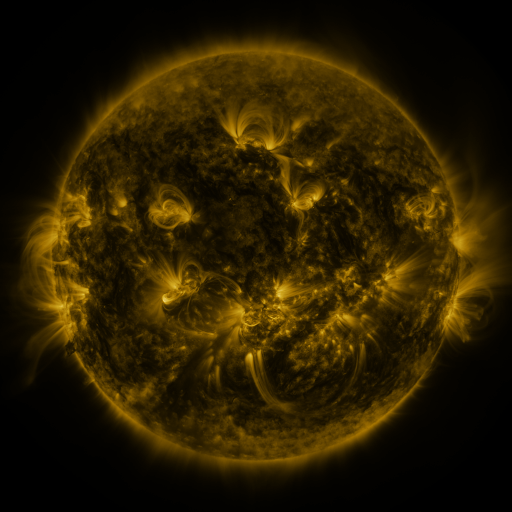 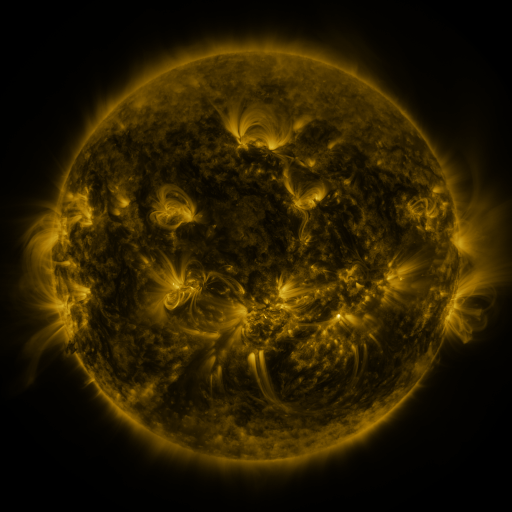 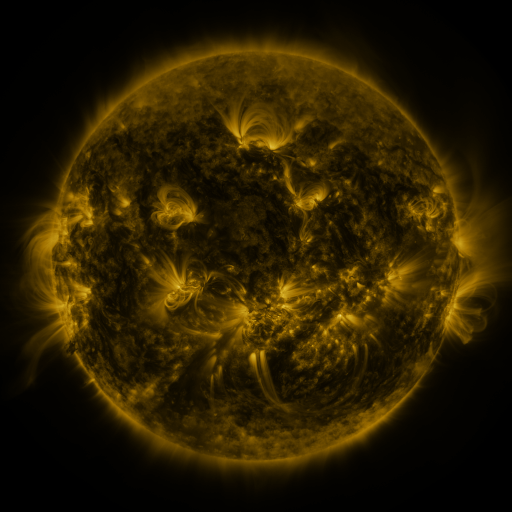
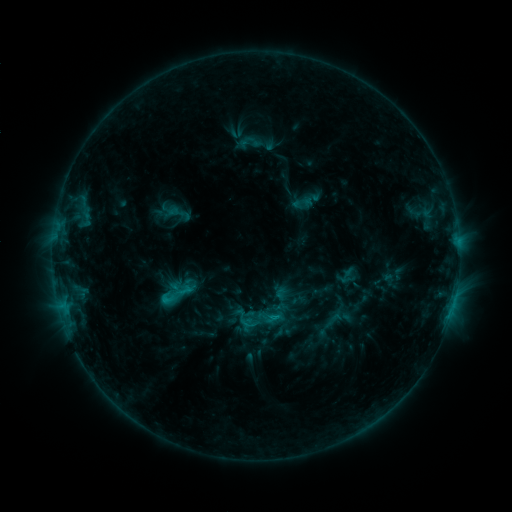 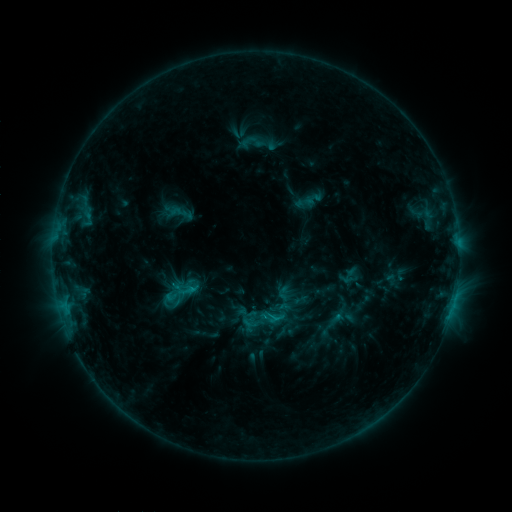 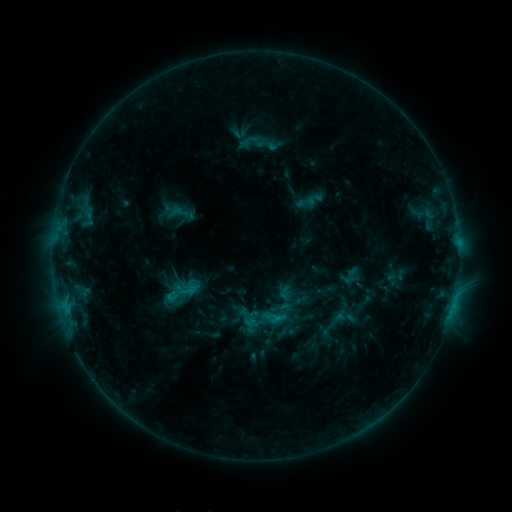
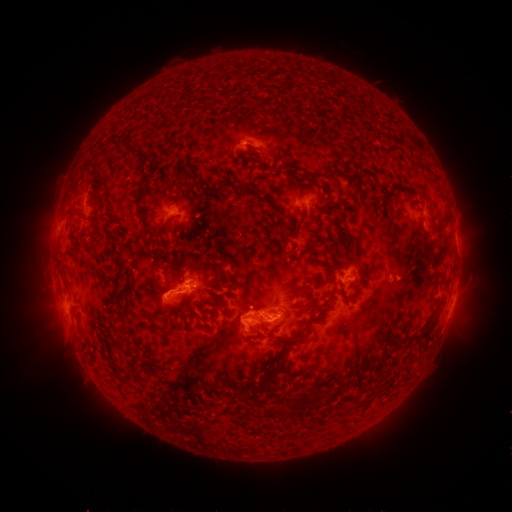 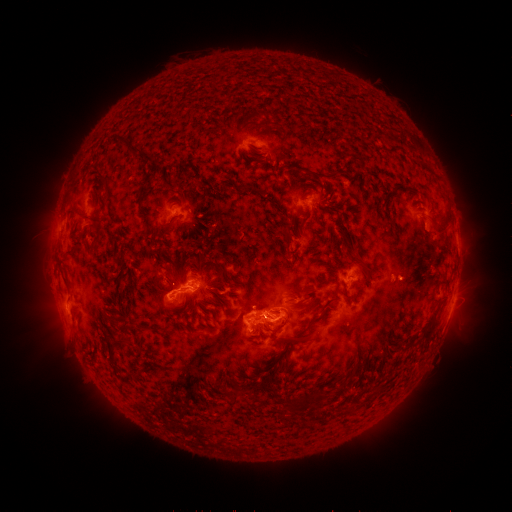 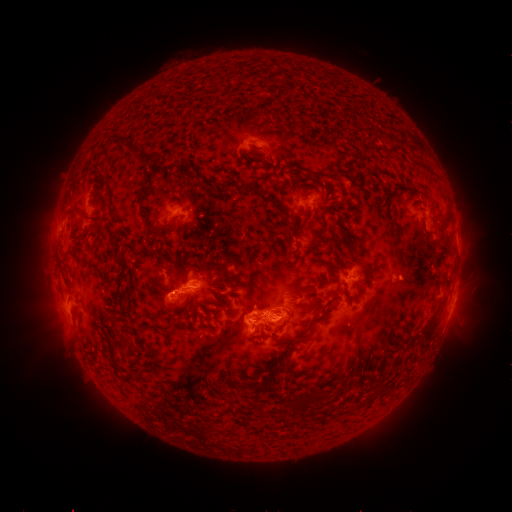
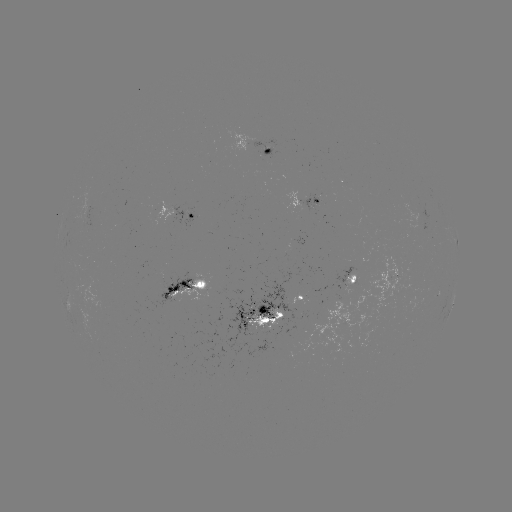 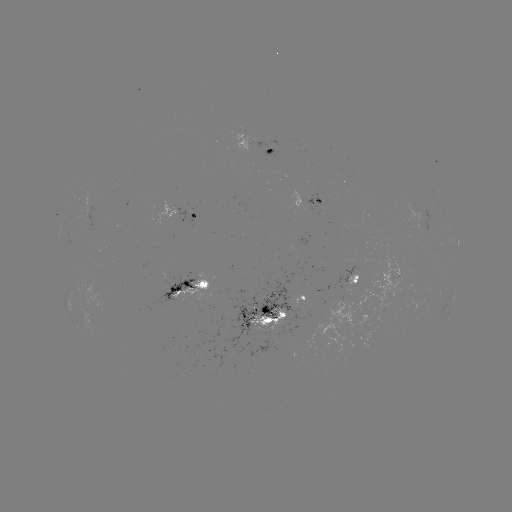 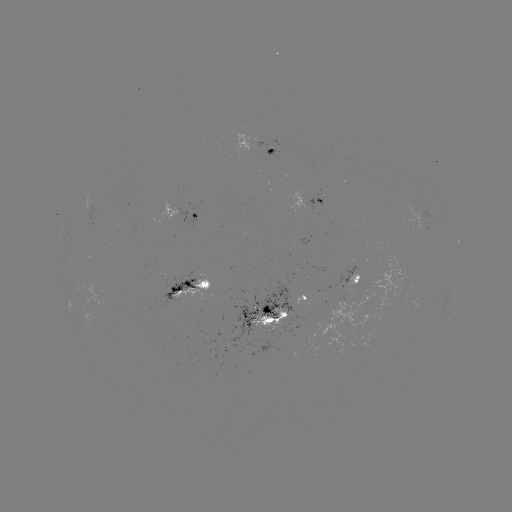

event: emerging-flux region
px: (303, 290)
